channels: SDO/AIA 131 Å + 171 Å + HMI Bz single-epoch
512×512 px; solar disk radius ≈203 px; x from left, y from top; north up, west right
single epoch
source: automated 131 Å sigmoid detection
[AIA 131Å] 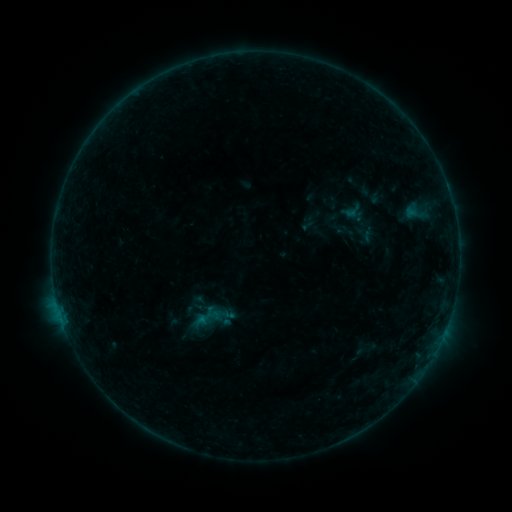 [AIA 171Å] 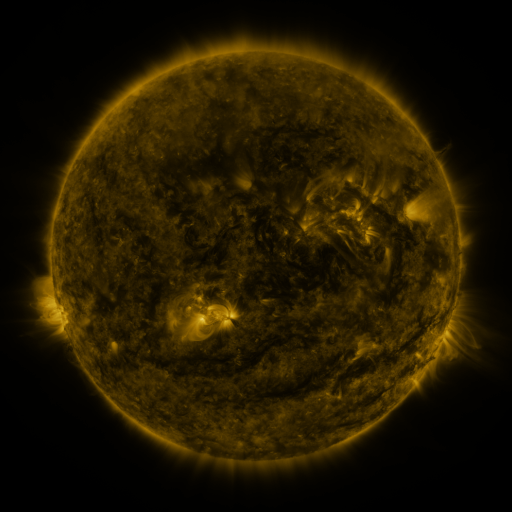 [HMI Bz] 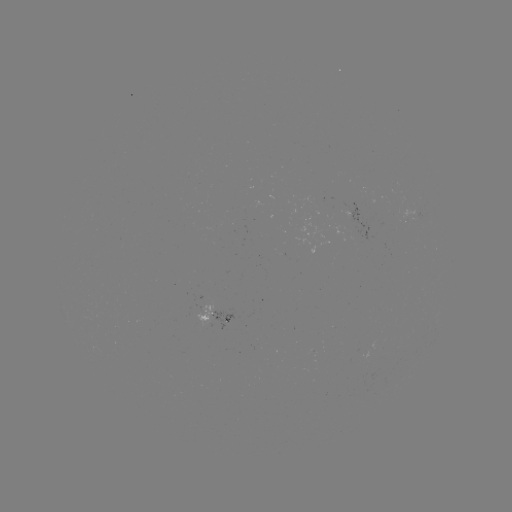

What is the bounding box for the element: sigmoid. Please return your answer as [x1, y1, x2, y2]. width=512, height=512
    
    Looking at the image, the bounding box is [356, 340, 375, 360].